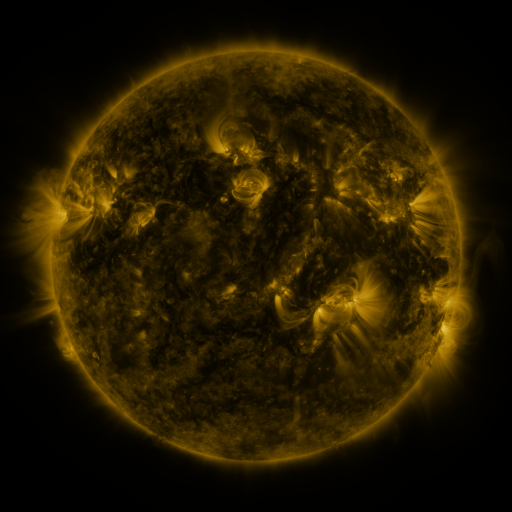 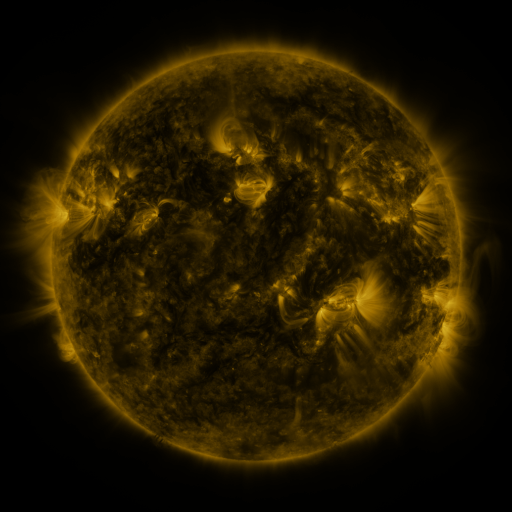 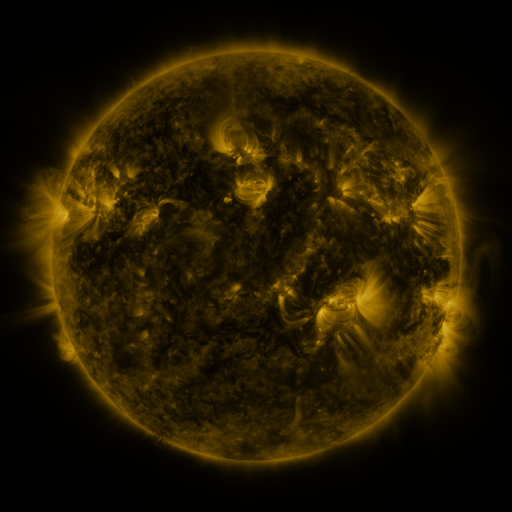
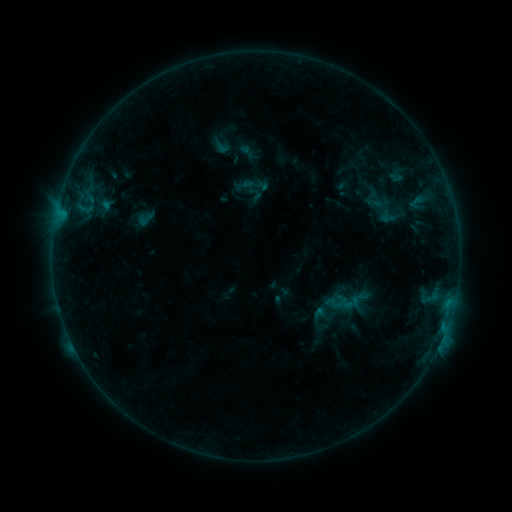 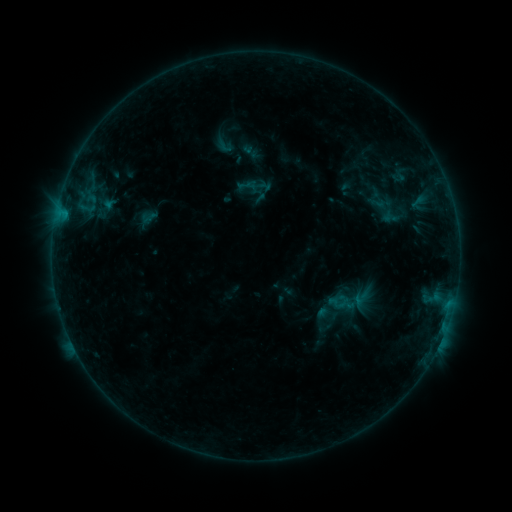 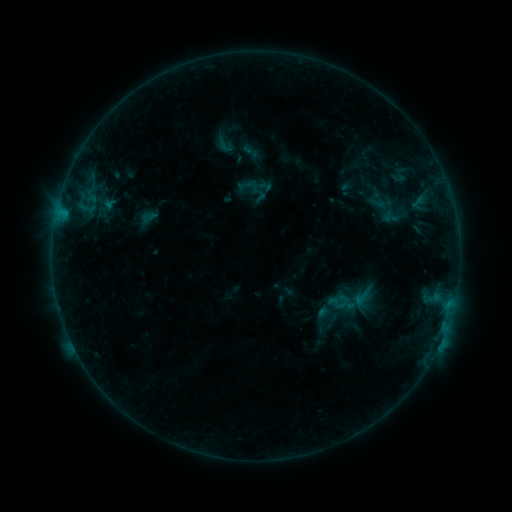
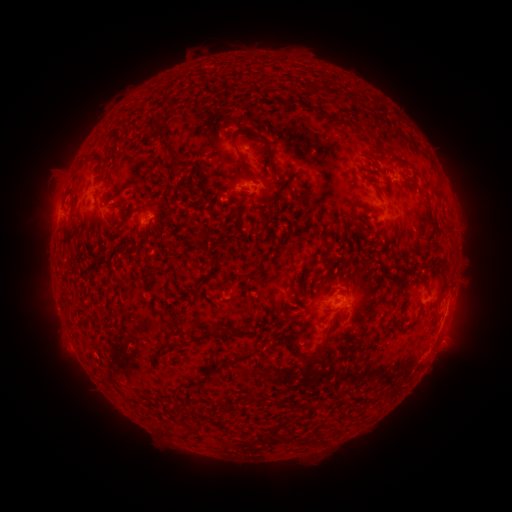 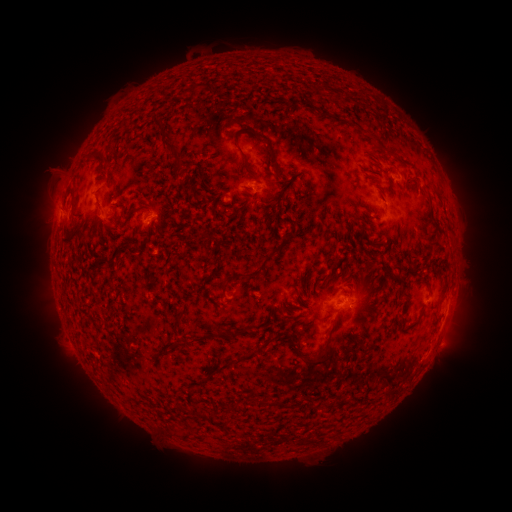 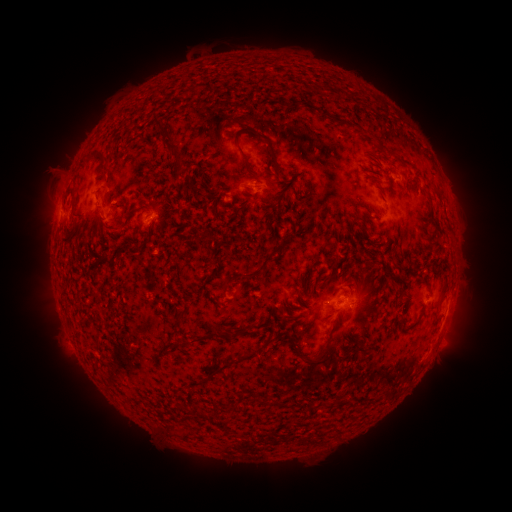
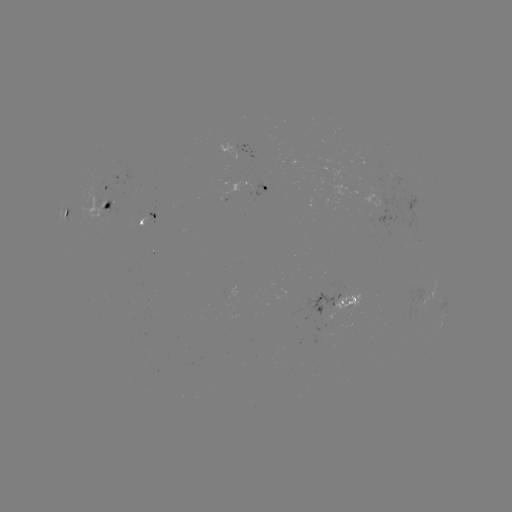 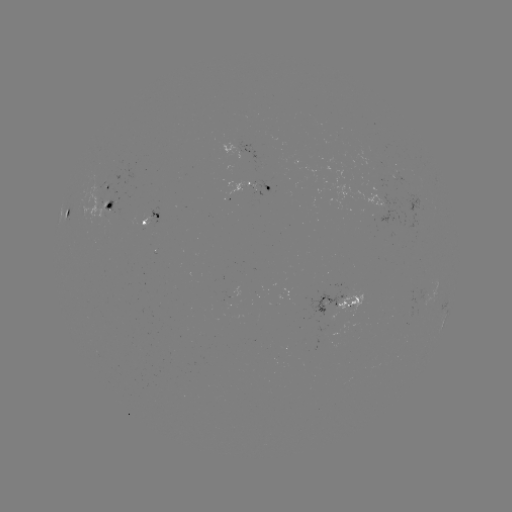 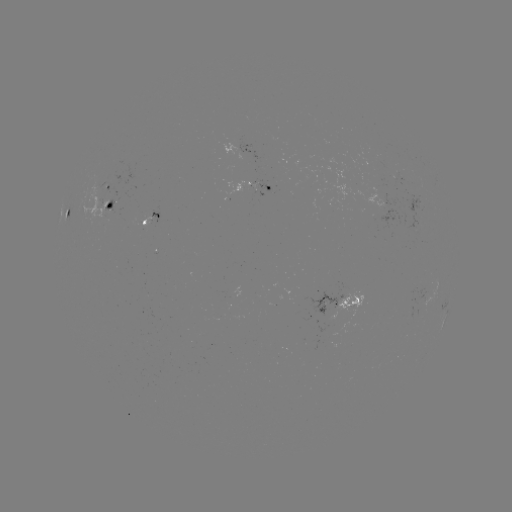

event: emerging-flux region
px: (107, 206)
